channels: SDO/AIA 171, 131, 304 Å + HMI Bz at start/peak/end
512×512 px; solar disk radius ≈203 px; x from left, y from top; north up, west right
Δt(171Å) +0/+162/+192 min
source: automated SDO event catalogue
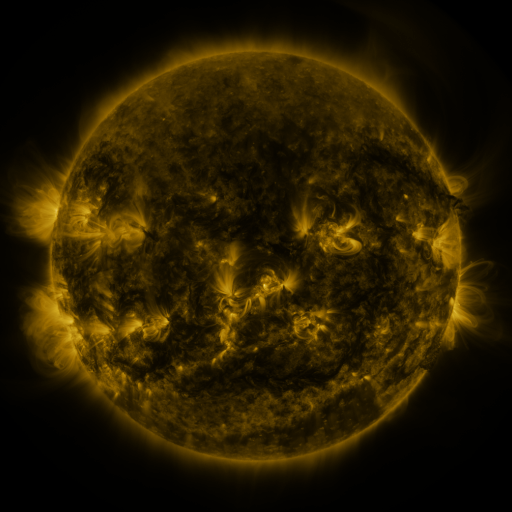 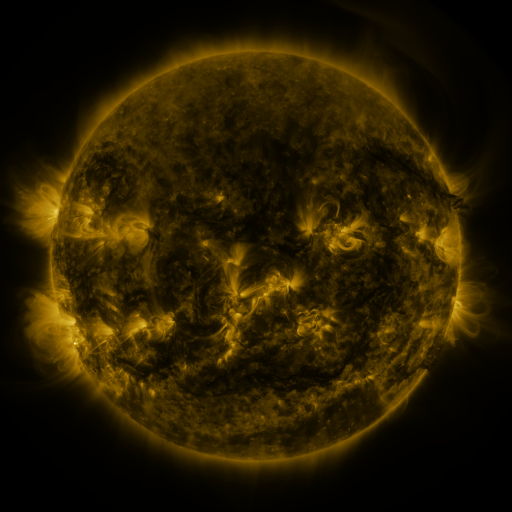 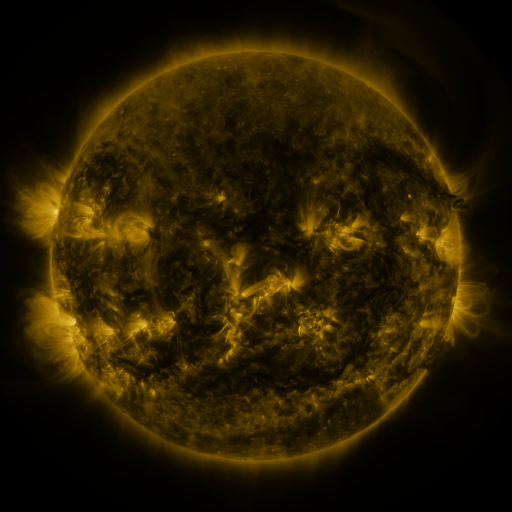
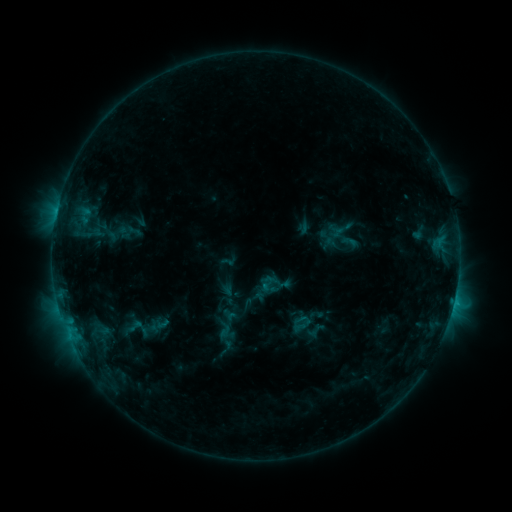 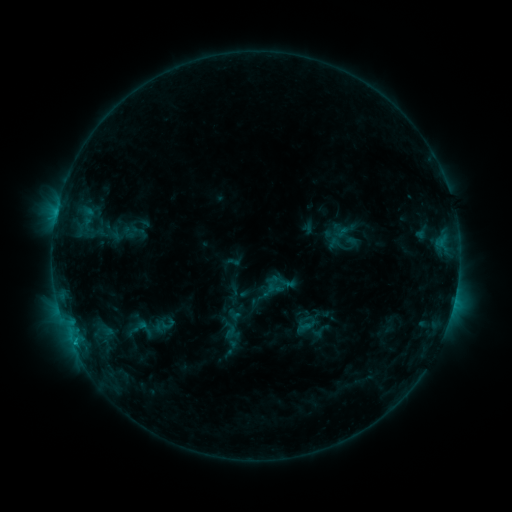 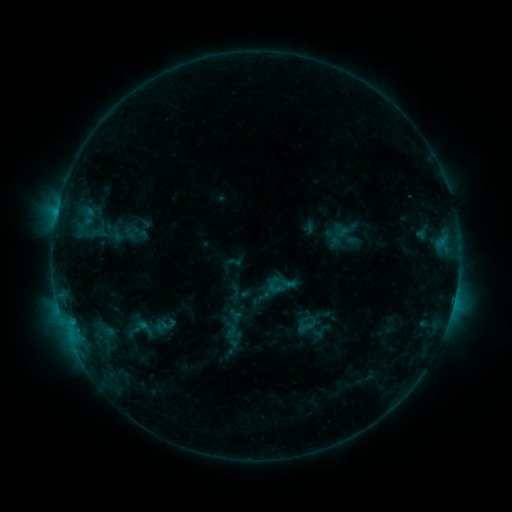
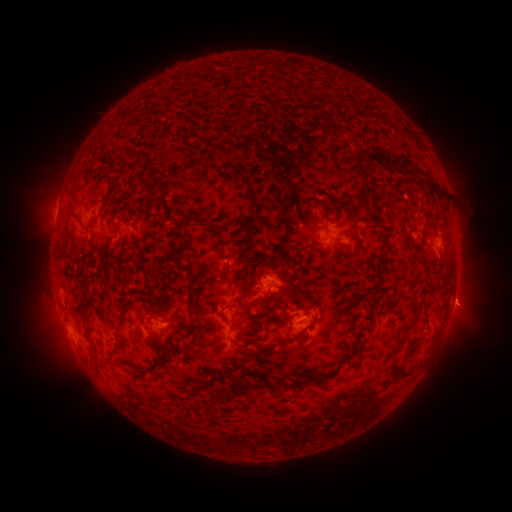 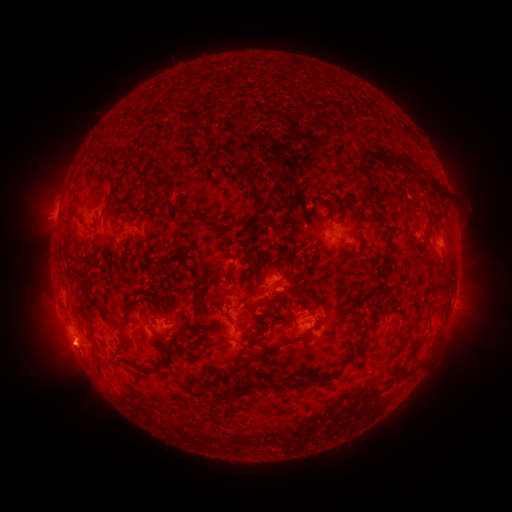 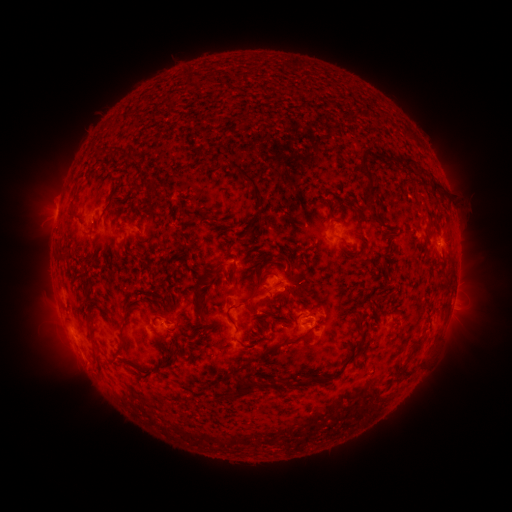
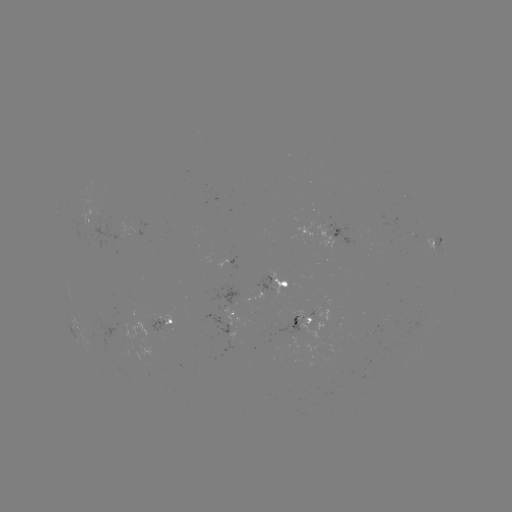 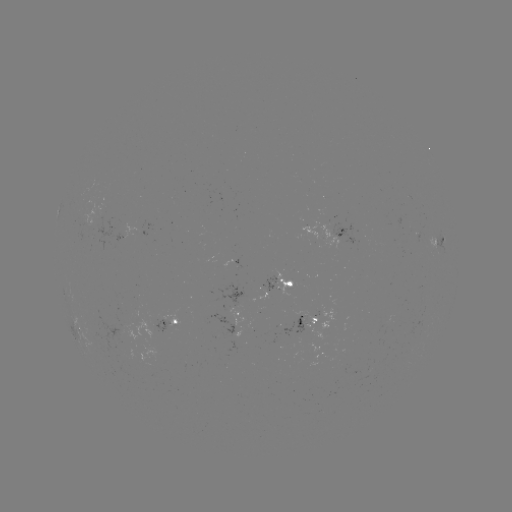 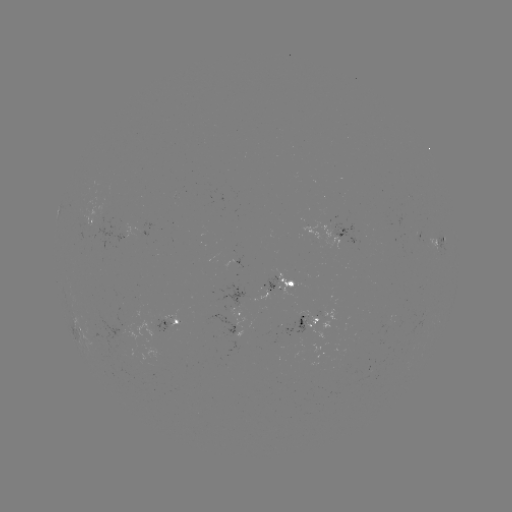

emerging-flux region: <bbox>149, 313, 172, 333</bbox>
